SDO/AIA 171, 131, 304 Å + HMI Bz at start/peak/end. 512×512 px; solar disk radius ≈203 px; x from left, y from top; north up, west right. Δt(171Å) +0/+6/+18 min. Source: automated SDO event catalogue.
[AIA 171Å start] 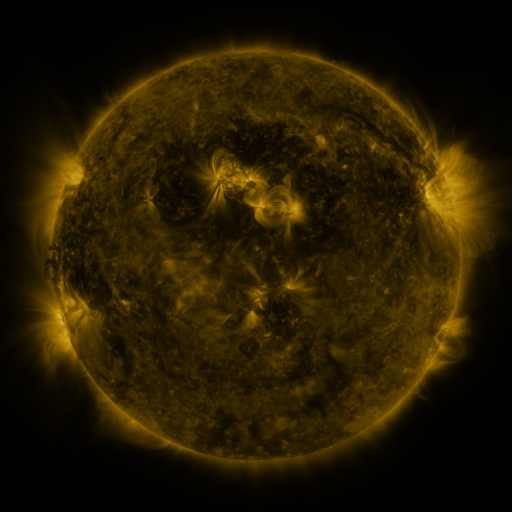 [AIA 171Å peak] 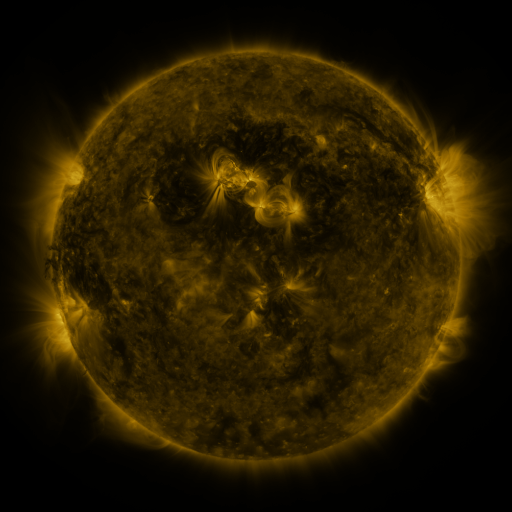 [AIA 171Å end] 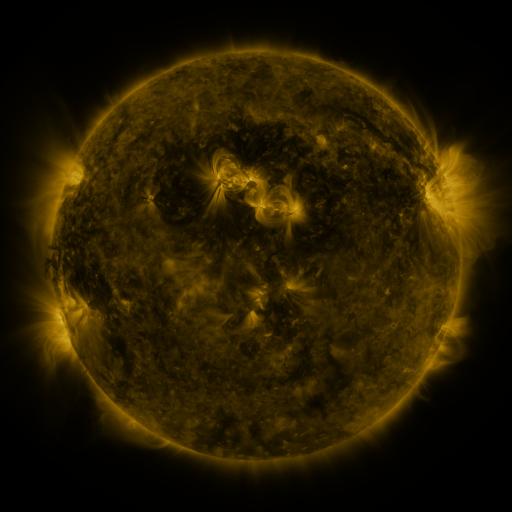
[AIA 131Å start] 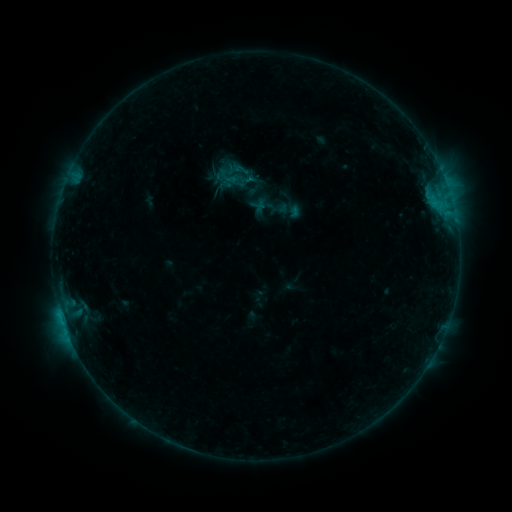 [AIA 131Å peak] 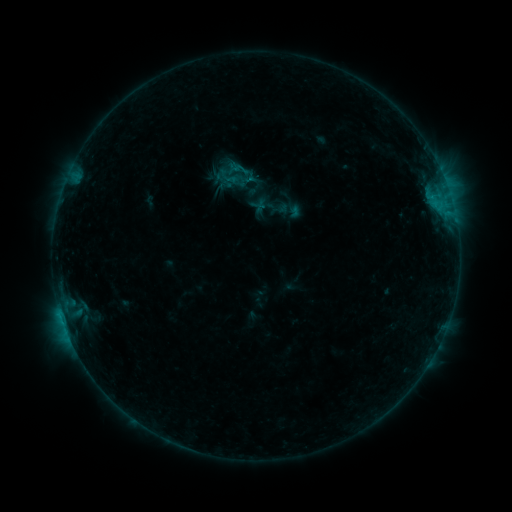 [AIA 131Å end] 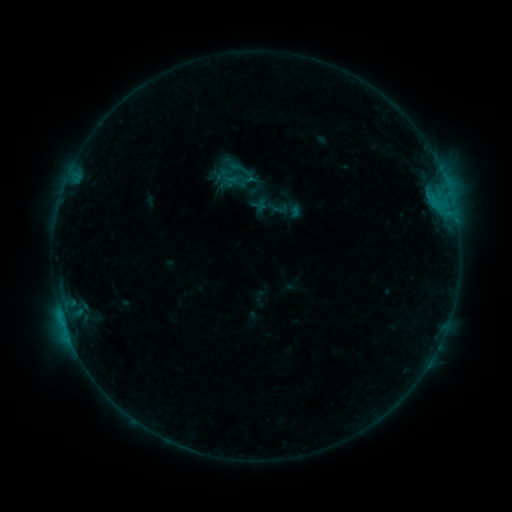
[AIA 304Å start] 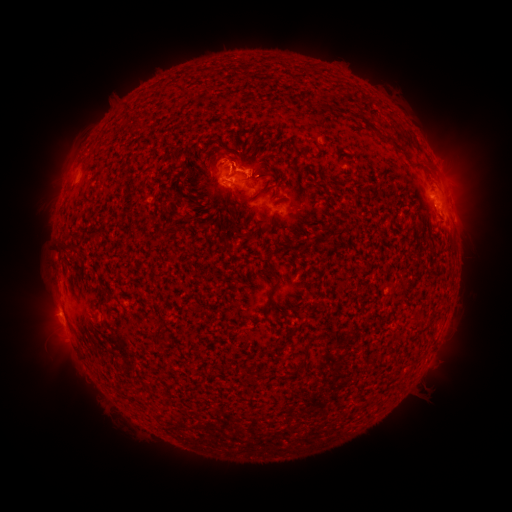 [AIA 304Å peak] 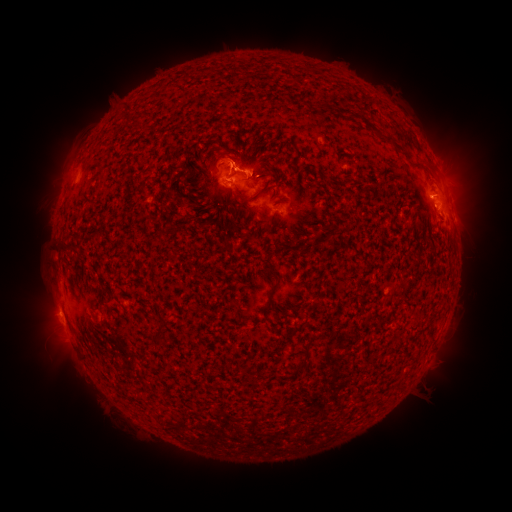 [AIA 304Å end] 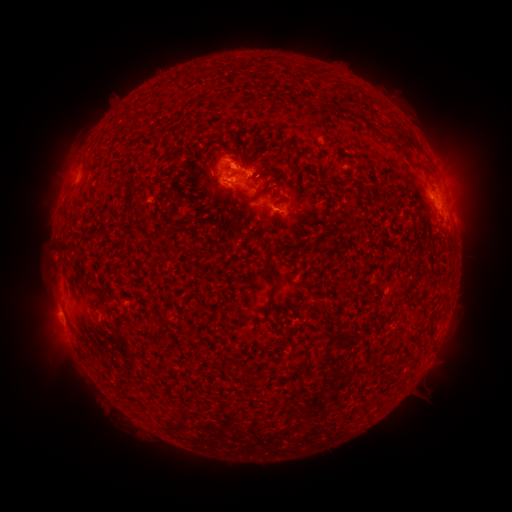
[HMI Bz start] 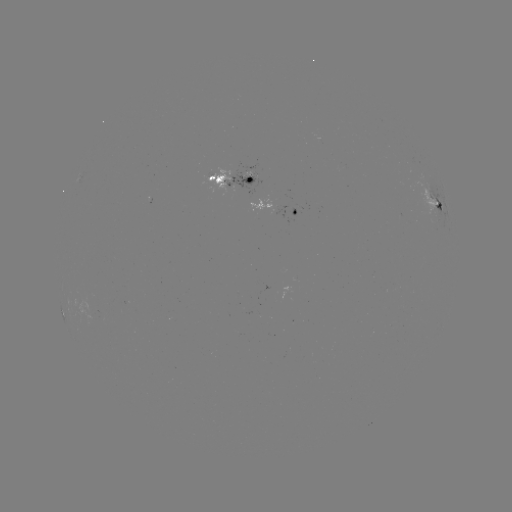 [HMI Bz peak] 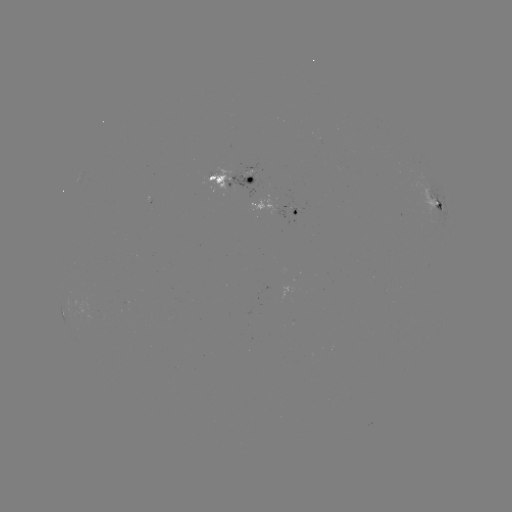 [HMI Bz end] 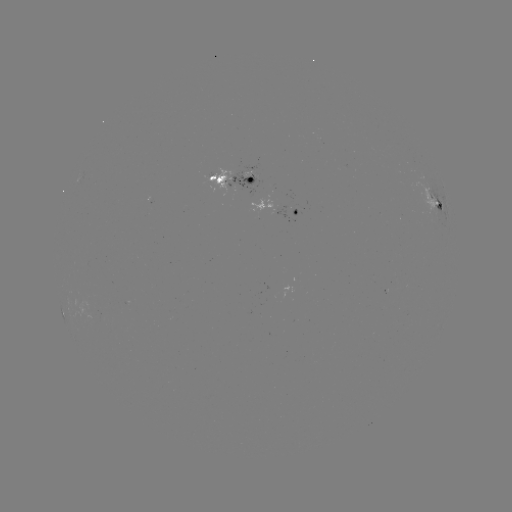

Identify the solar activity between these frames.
eruption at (233, 151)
